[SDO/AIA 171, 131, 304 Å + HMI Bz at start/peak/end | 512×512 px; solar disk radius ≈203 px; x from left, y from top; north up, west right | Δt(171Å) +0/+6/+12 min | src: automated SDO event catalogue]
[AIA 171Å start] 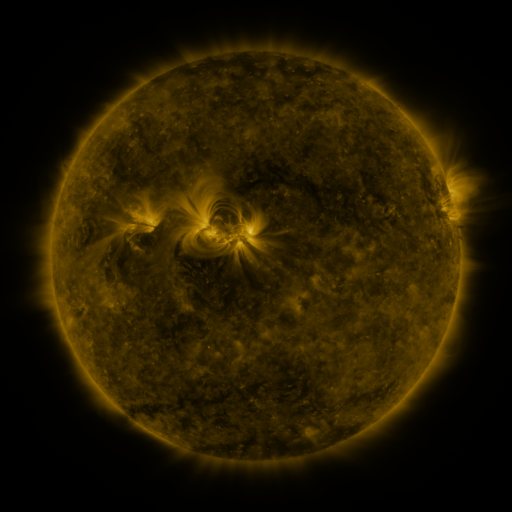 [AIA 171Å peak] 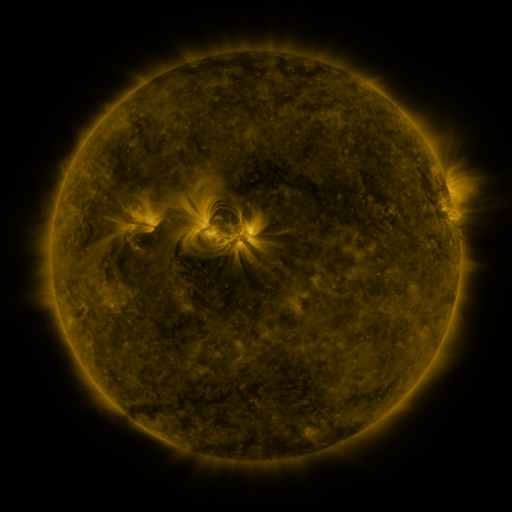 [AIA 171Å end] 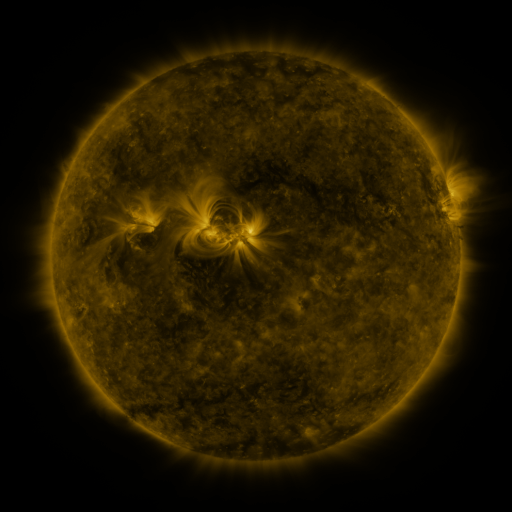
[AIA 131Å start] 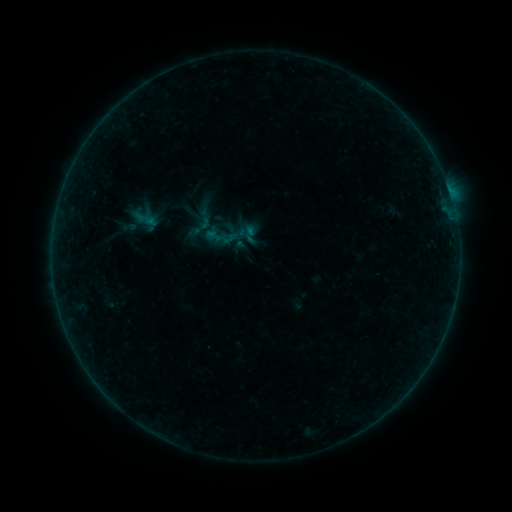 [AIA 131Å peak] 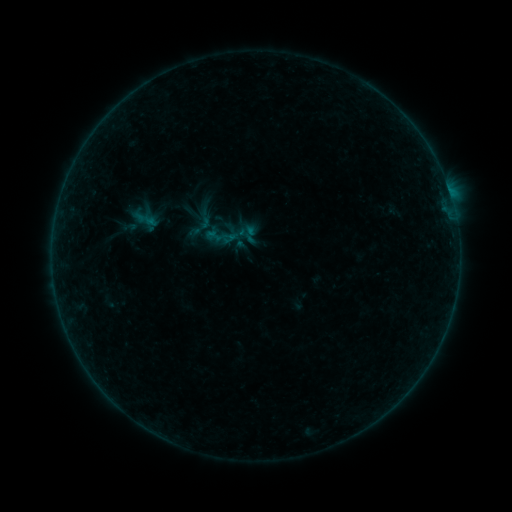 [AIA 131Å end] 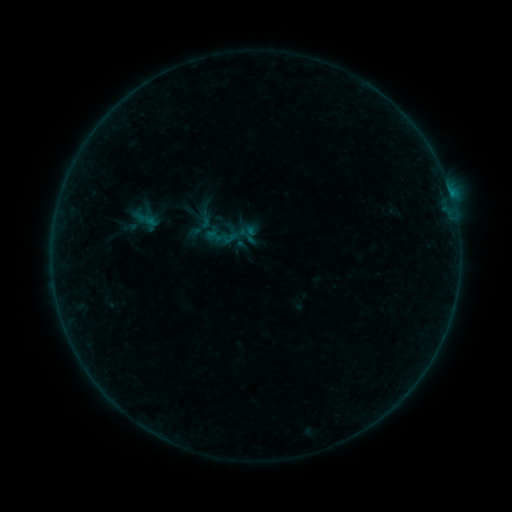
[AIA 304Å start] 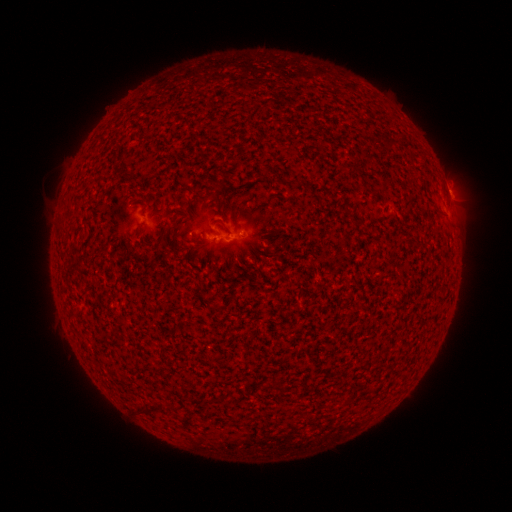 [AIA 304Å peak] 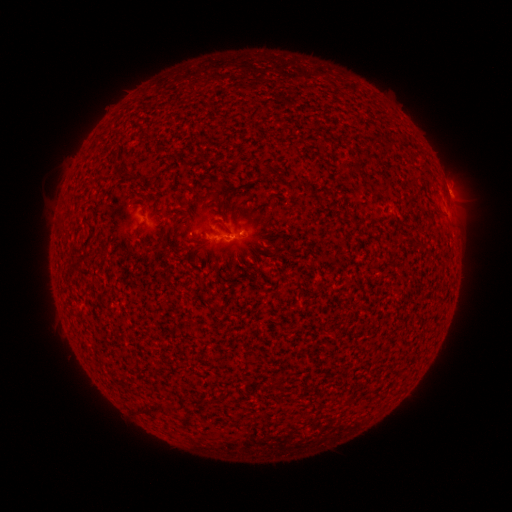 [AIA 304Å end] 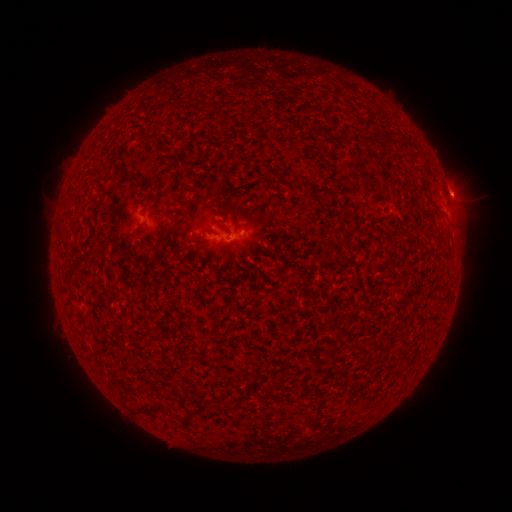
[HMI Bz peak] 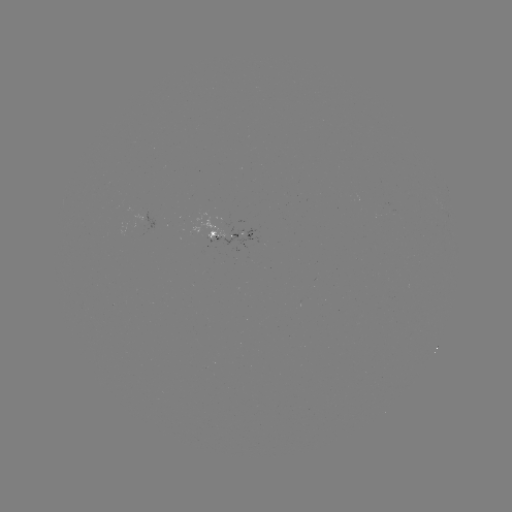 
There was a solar flare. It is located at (450, 196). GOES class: B1.8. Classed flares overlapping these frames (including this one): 1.